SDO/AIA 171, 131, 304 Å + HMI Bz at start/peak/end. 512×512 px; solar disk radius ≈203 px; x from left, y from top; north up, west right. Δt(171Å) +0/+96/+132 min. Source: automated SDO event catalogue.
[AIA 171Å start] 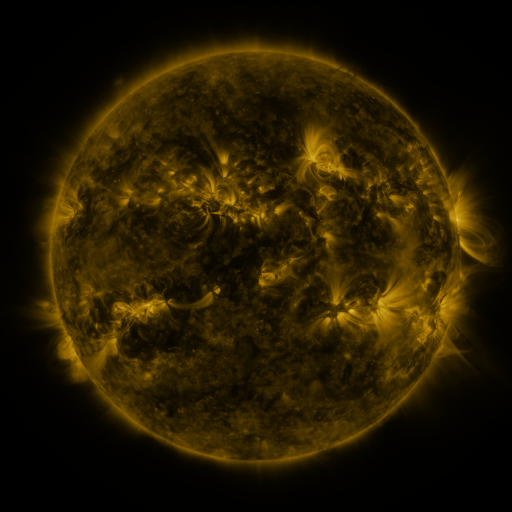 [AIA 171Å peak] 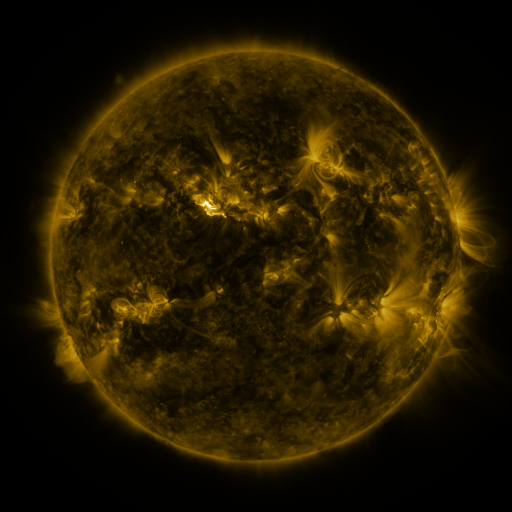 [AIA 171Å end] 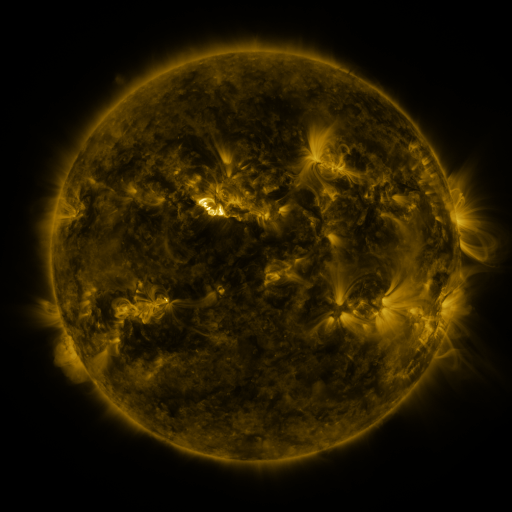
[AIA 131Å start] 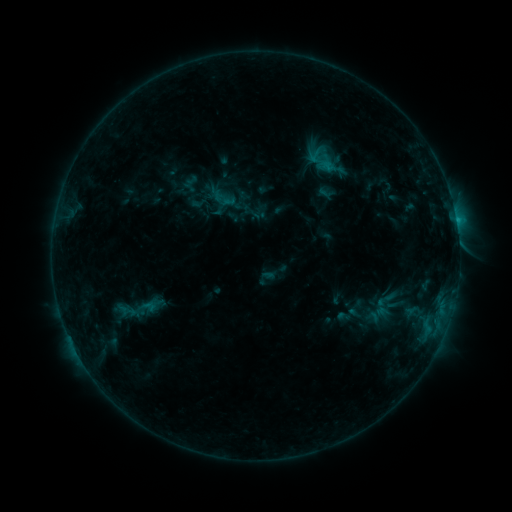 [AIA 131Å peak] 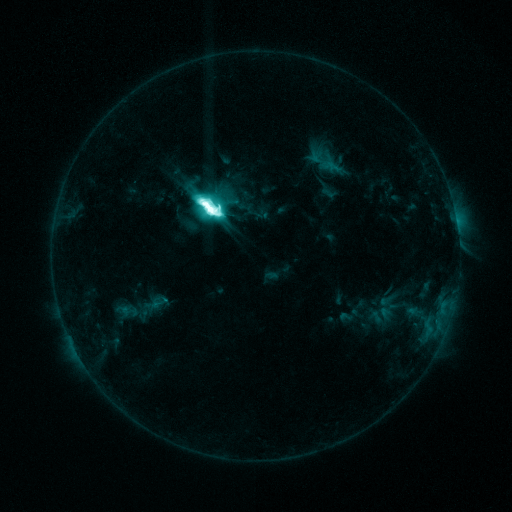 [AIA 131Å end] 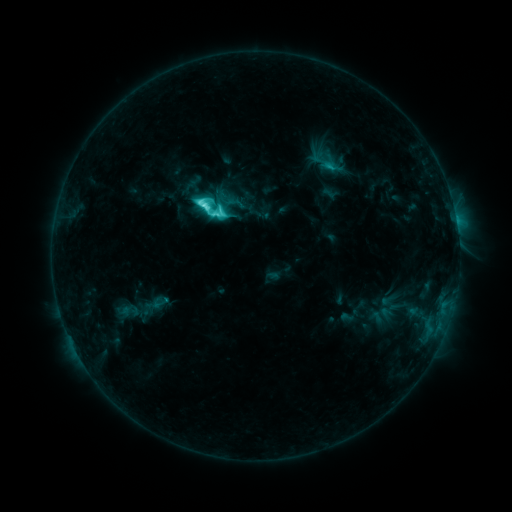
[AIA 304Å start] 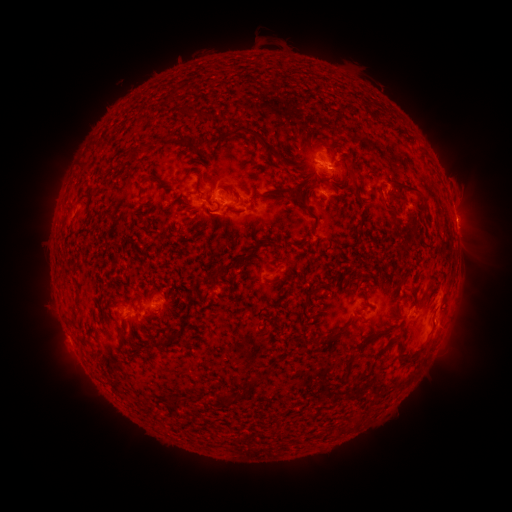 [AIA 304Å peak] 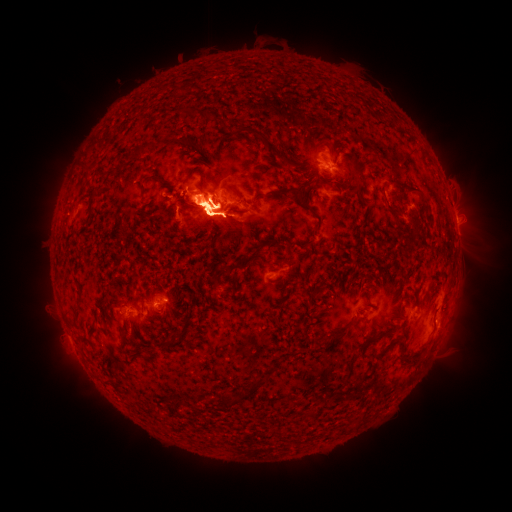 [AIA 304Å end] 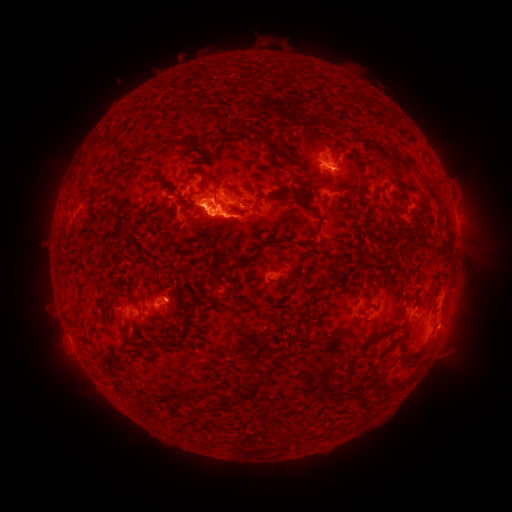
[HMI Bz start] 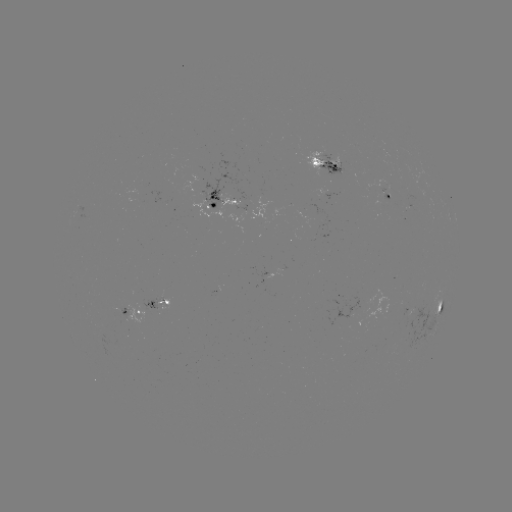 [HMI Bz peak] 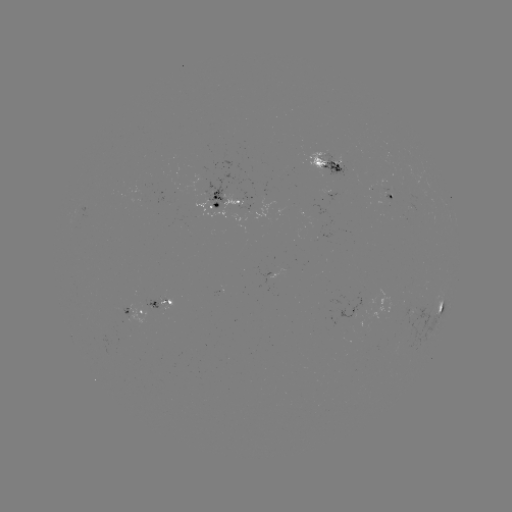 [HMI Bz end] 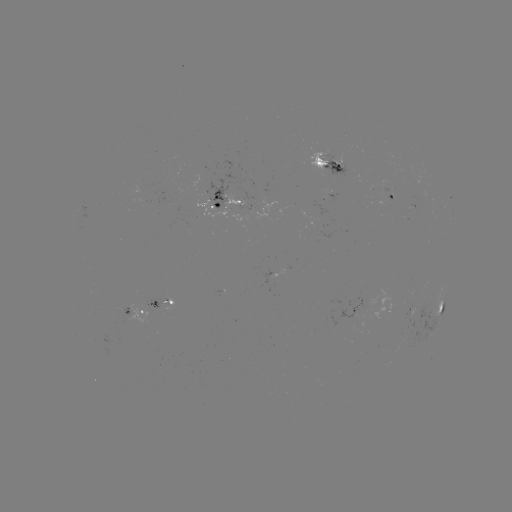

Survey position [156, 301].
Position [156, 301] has emerging-flux region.